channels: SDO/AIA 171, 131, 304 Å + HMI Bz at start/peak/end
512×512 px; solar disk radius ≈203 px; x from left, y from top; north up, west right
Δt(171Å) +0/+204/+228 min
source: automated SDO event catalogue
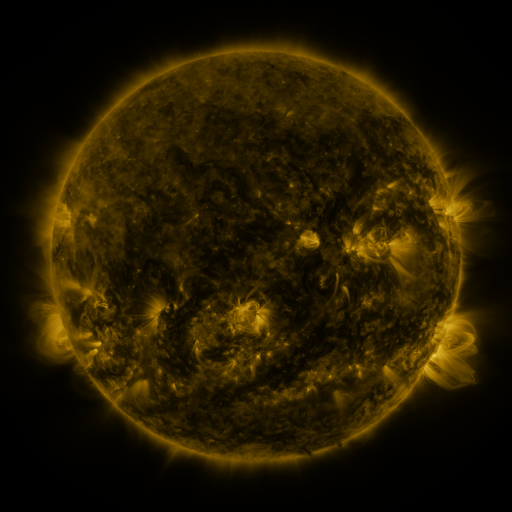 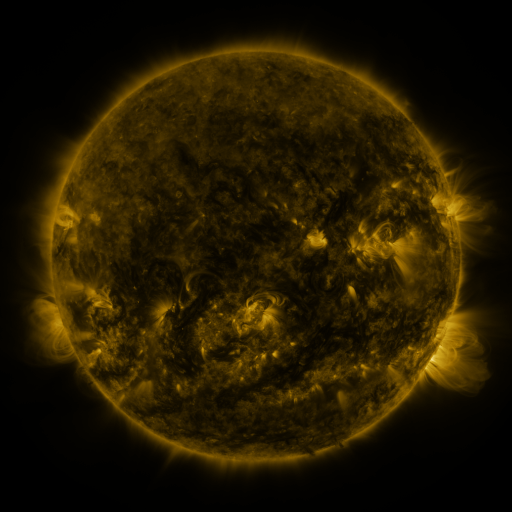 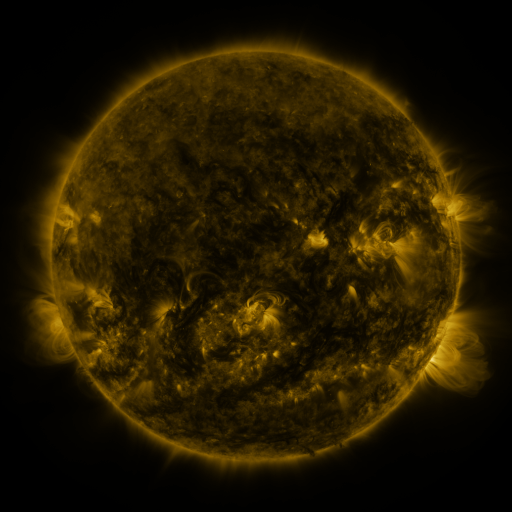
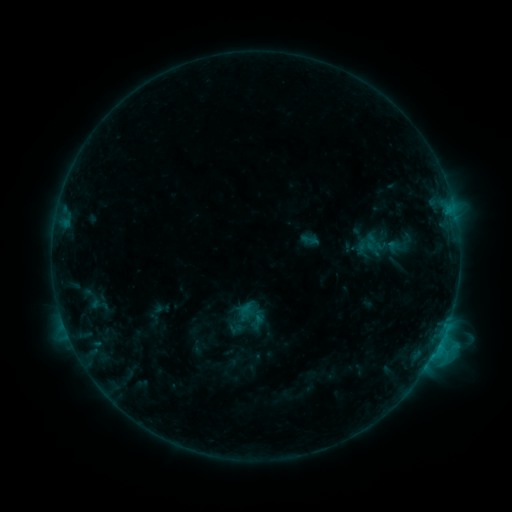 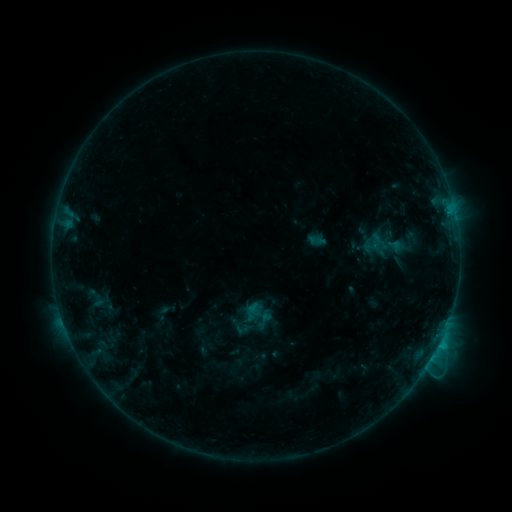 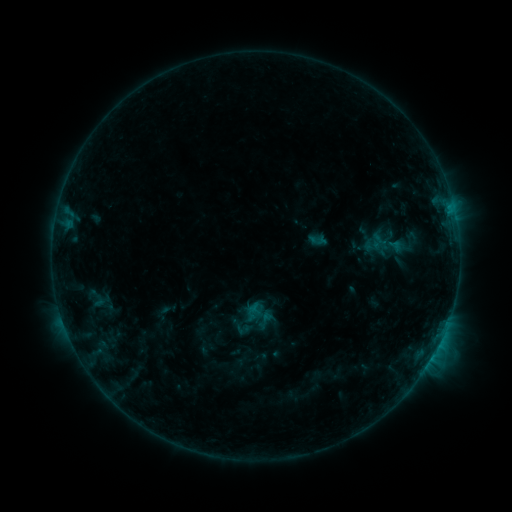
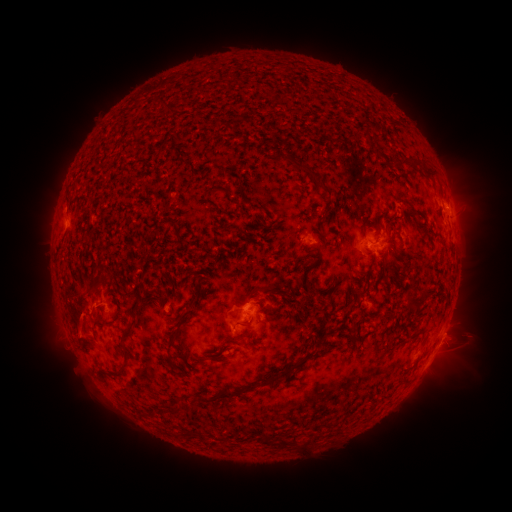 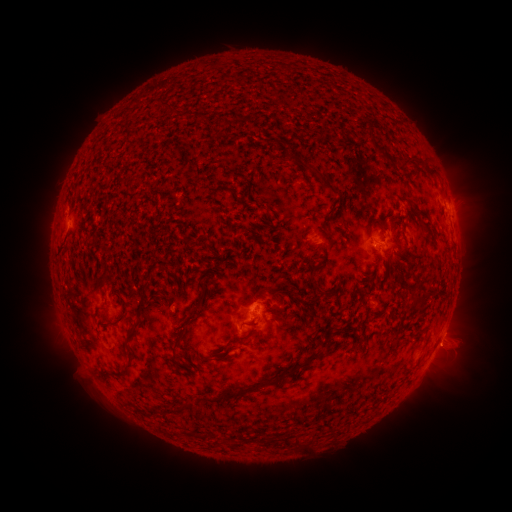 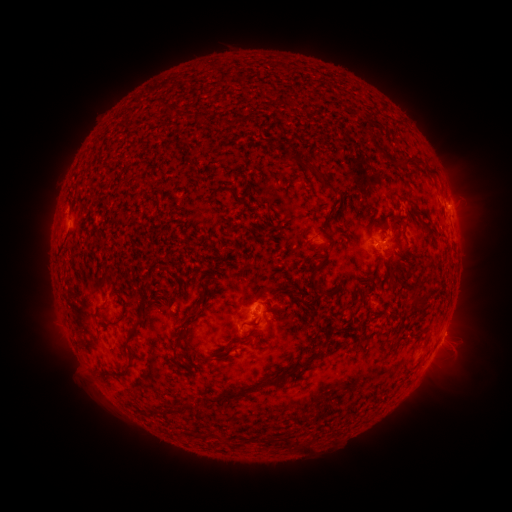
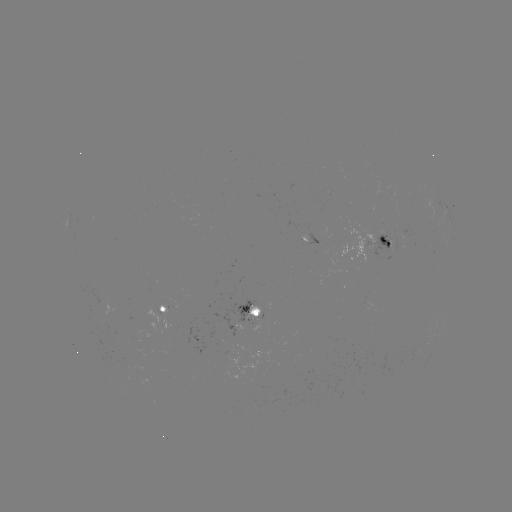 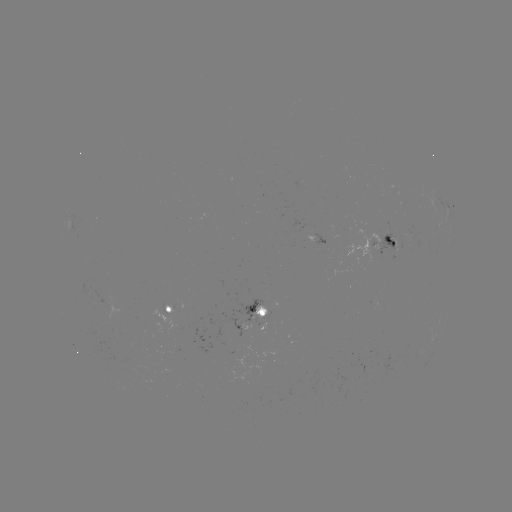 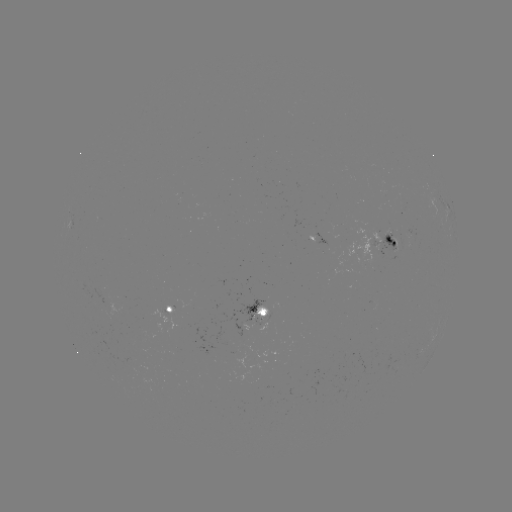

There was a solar emerging-flux region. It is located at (381, 240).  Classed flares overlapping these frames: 2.